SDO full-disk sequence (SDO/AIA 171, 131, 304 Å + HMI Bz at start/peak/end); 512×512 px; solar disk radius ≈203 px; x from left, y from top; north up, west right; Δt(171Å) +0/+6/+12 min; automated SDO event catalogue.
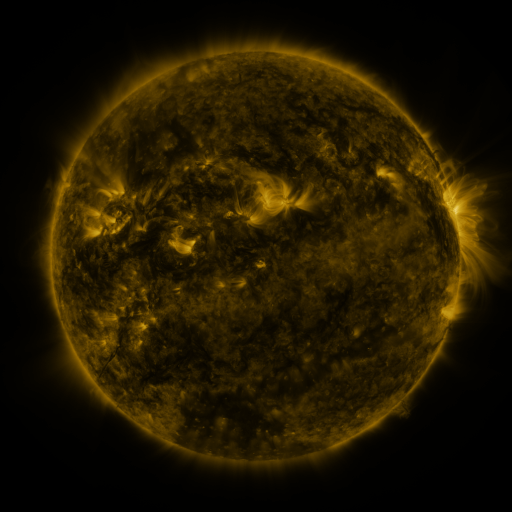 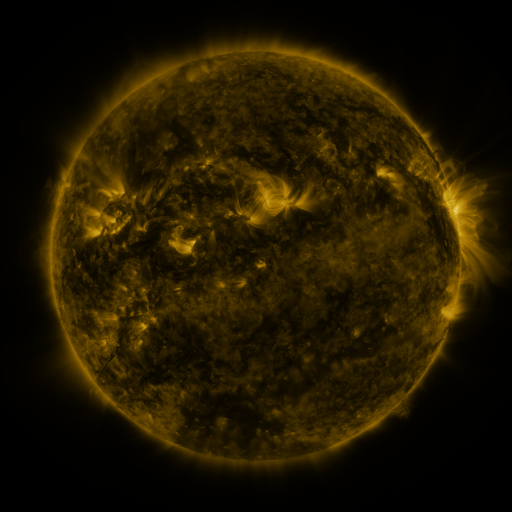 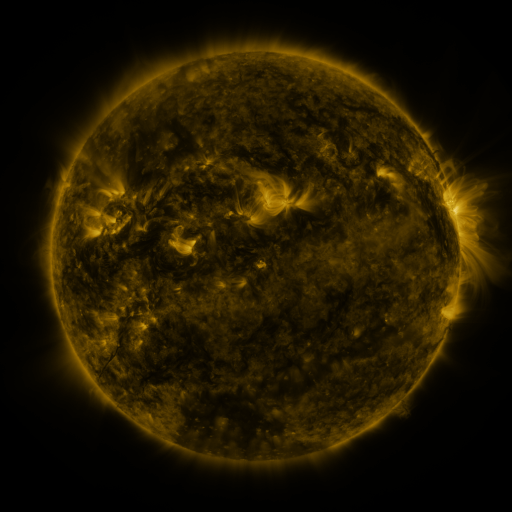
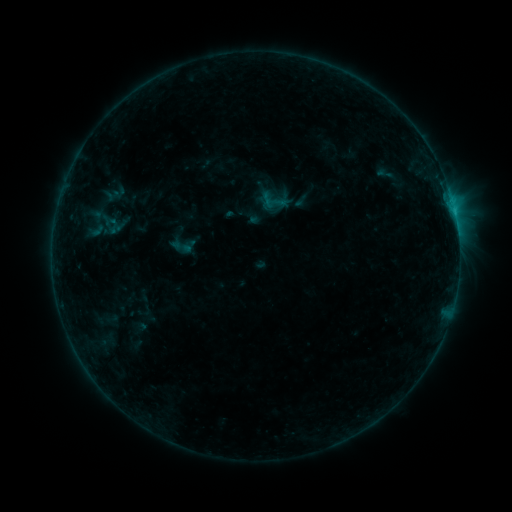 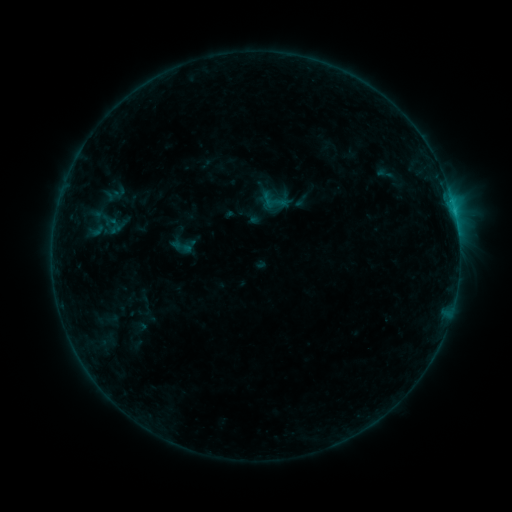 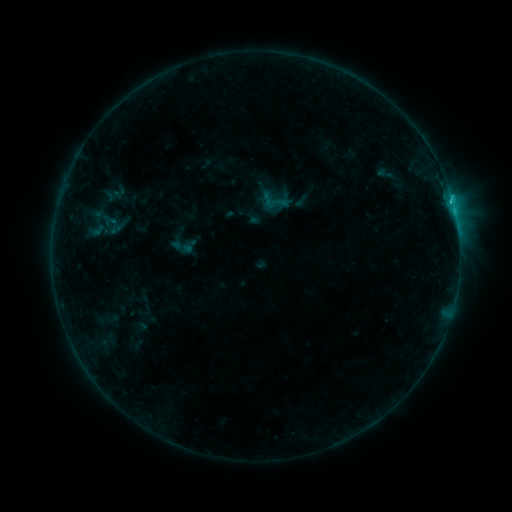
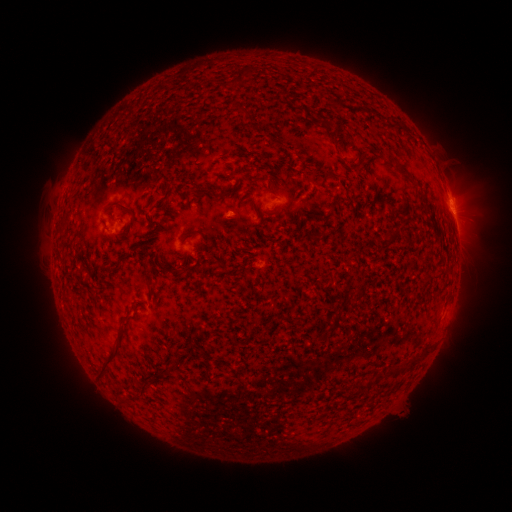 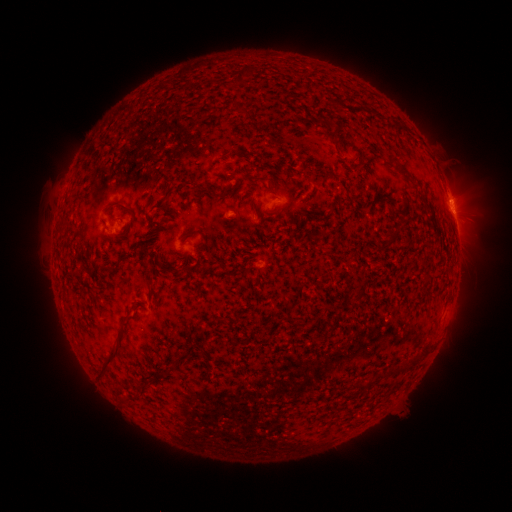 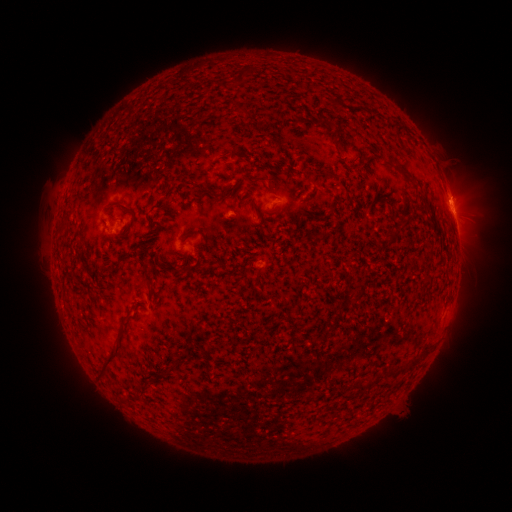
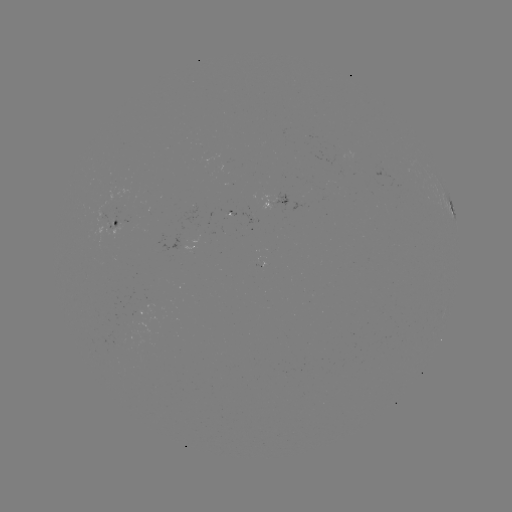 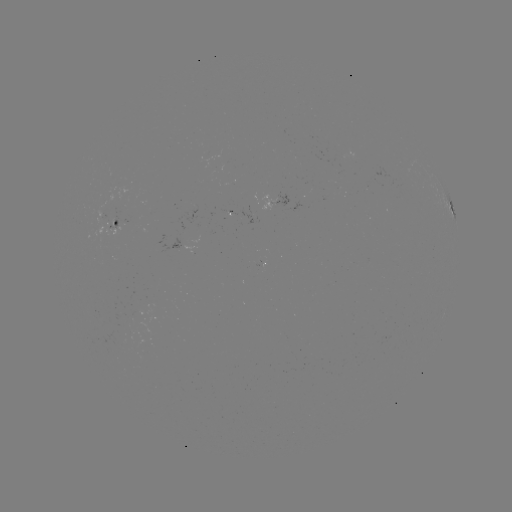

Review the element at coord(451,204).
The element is C1.0 flare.